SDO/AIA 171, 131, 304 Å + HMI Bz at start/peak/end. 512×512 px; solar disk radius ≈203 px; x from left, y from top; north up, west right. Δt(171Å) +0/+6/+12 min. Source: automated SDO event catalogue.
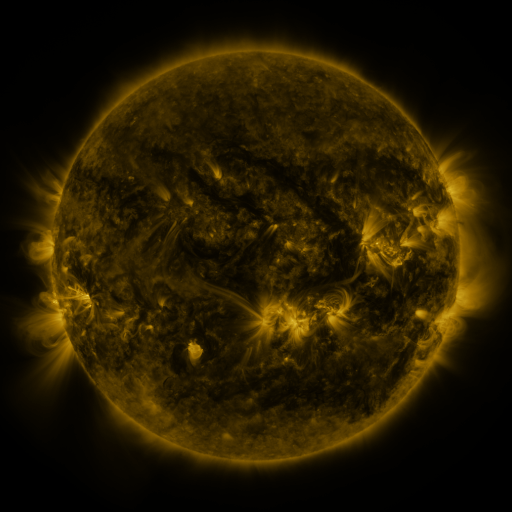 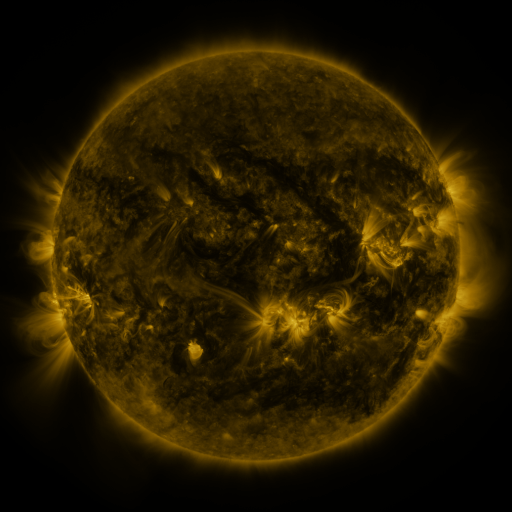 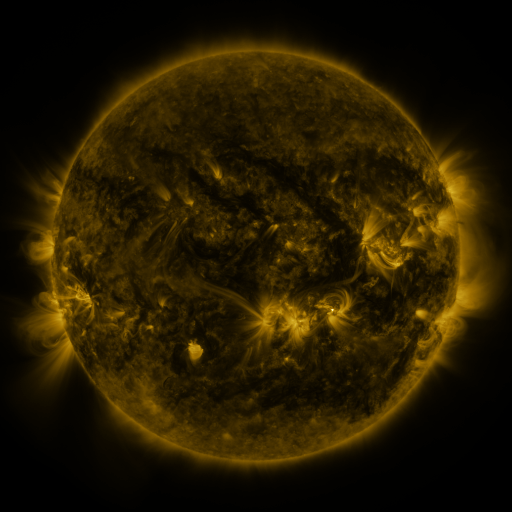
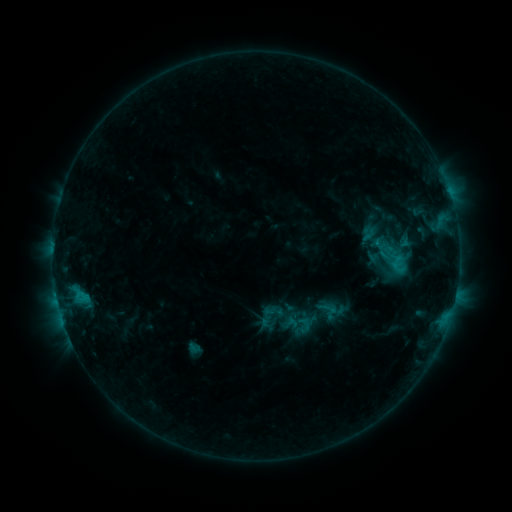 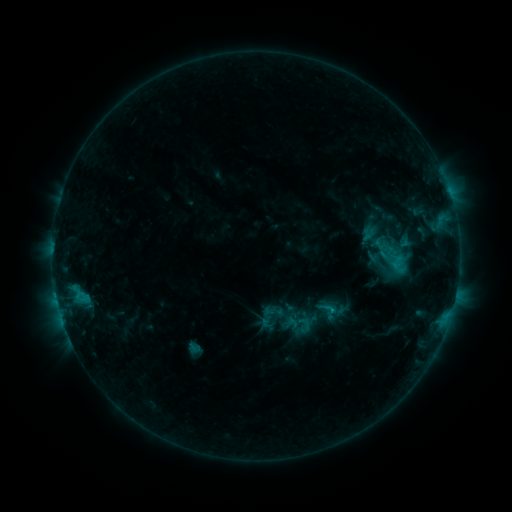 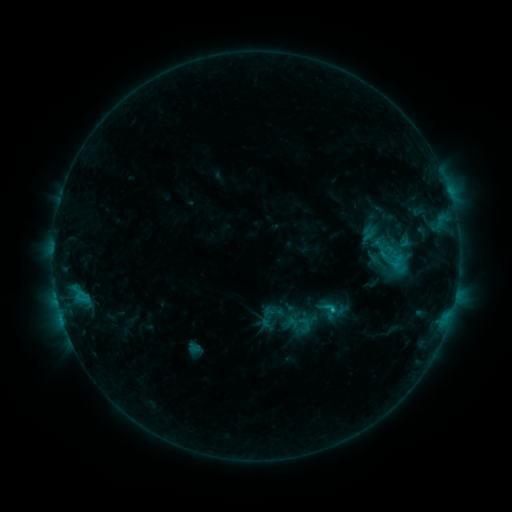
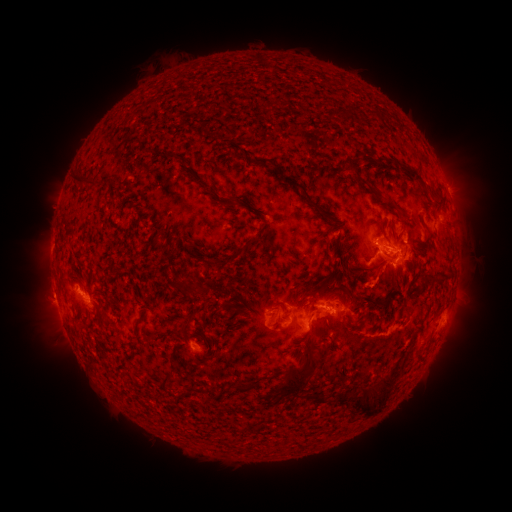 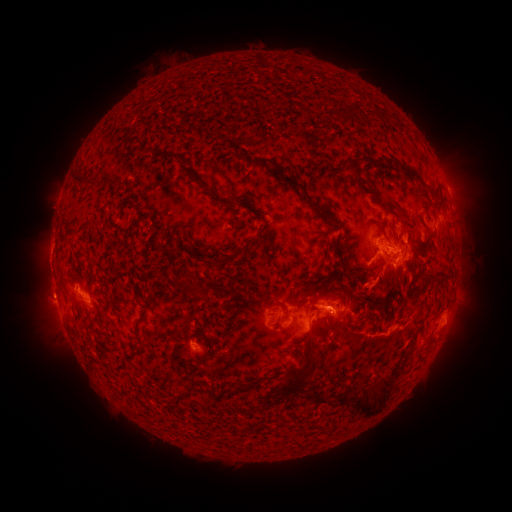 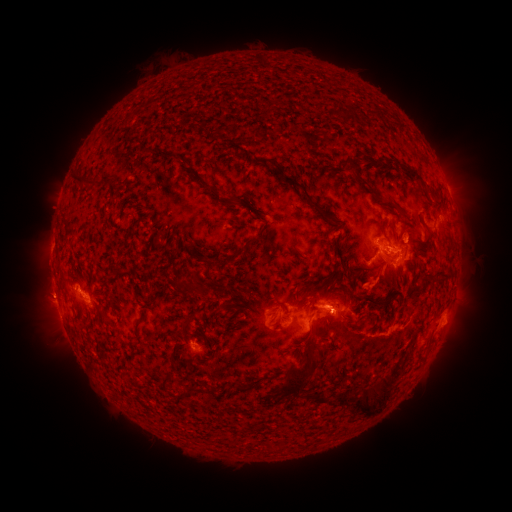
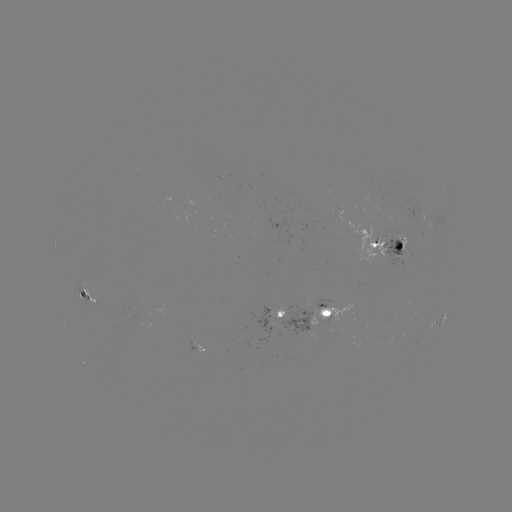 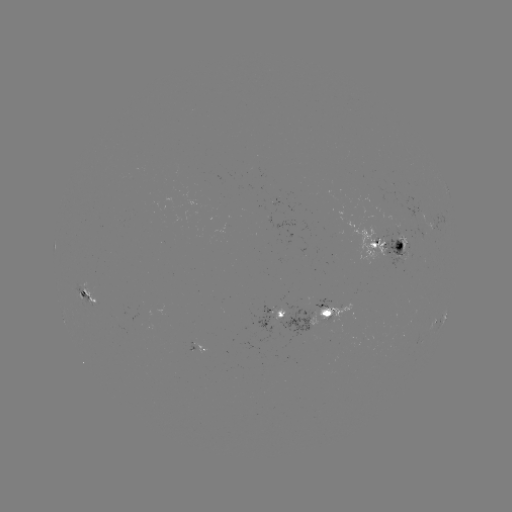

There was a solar eruption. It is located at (331, 292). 